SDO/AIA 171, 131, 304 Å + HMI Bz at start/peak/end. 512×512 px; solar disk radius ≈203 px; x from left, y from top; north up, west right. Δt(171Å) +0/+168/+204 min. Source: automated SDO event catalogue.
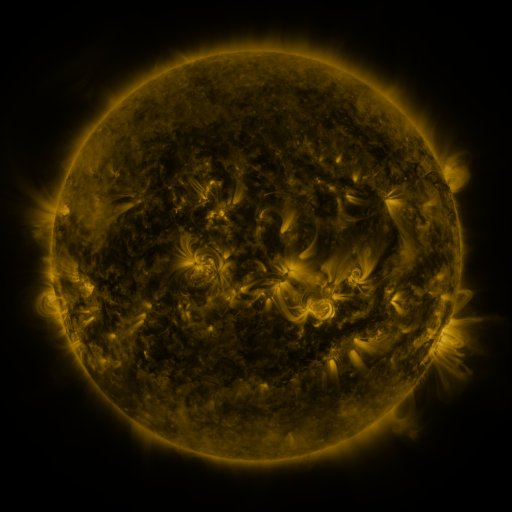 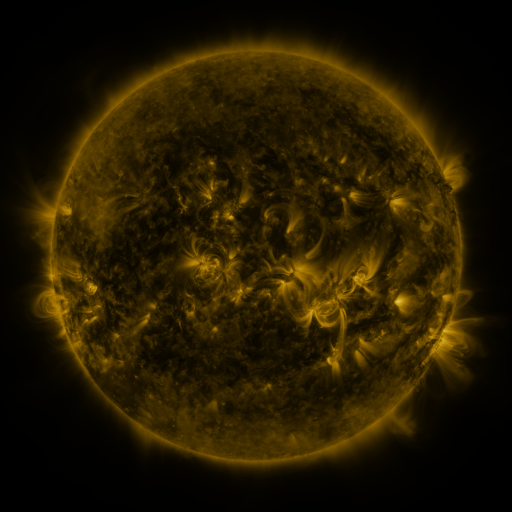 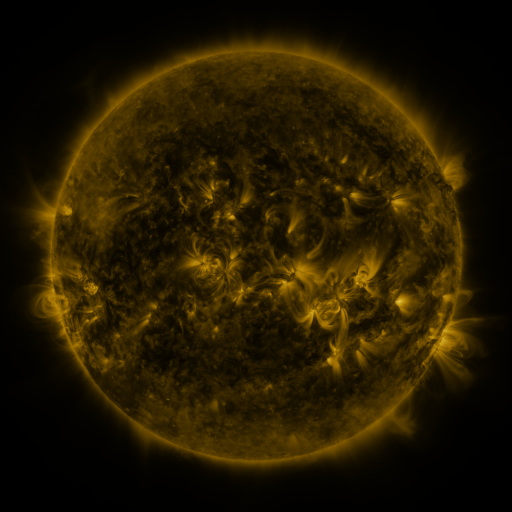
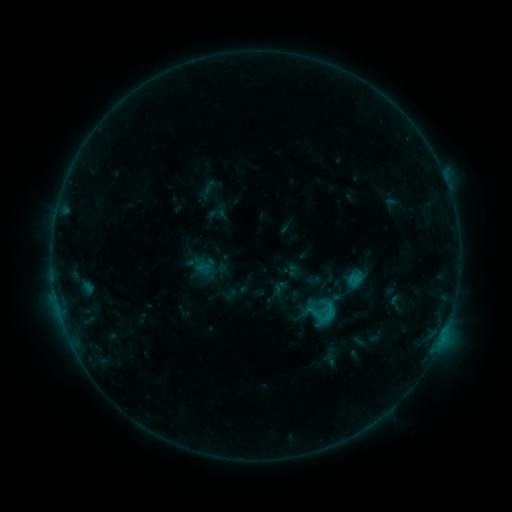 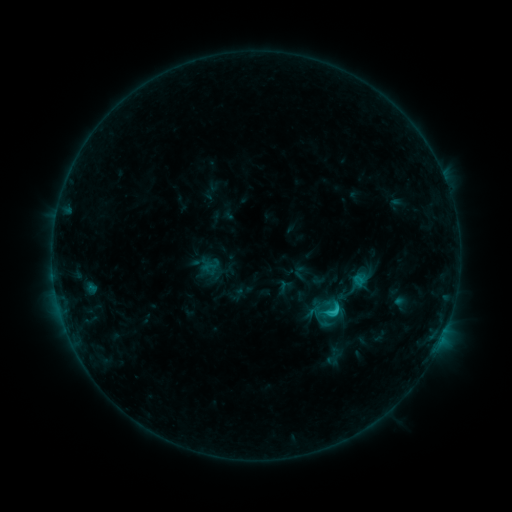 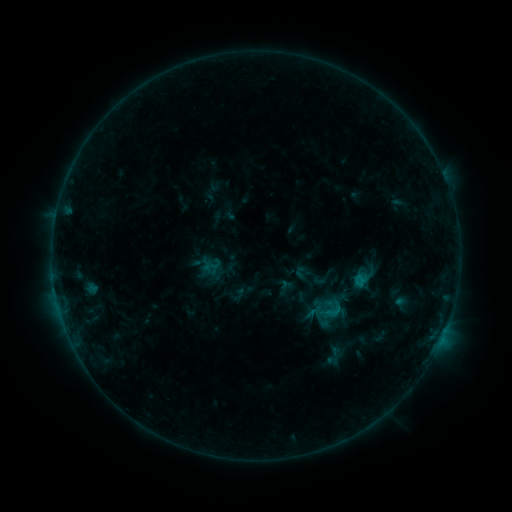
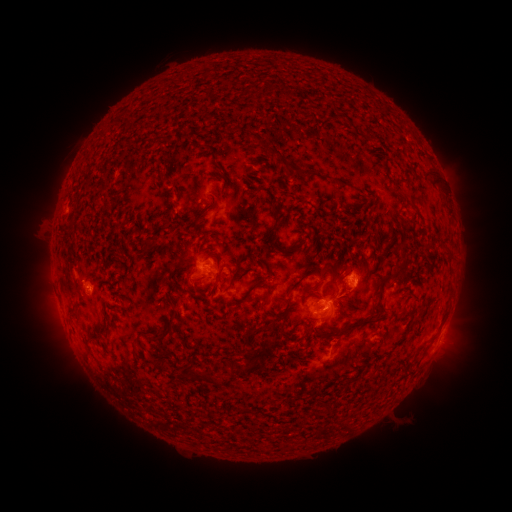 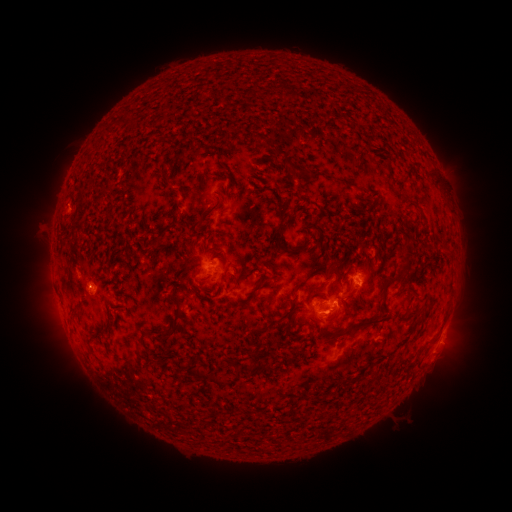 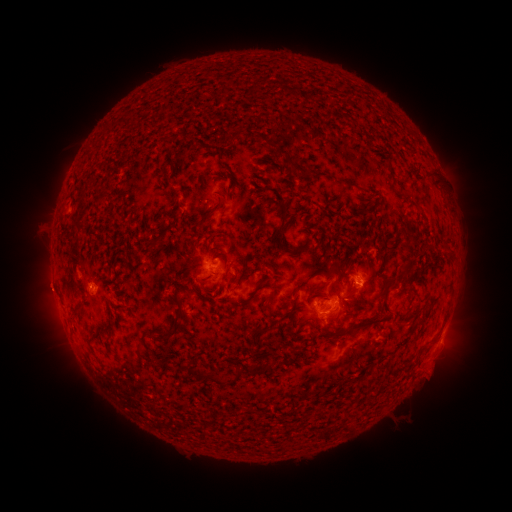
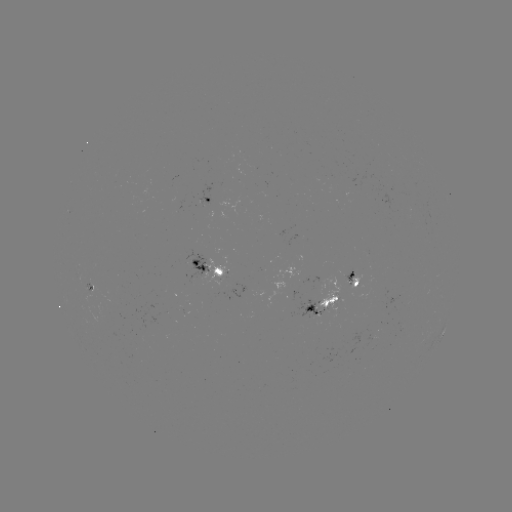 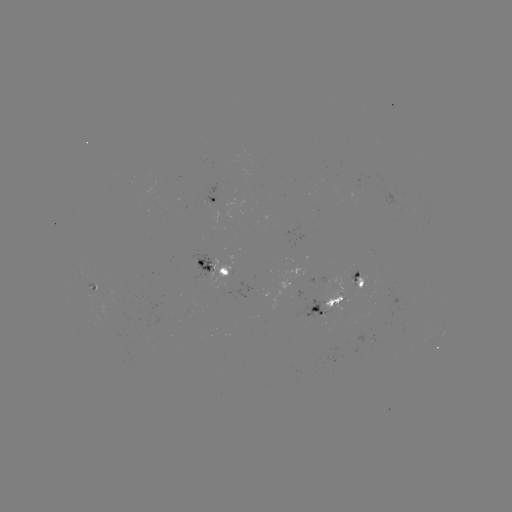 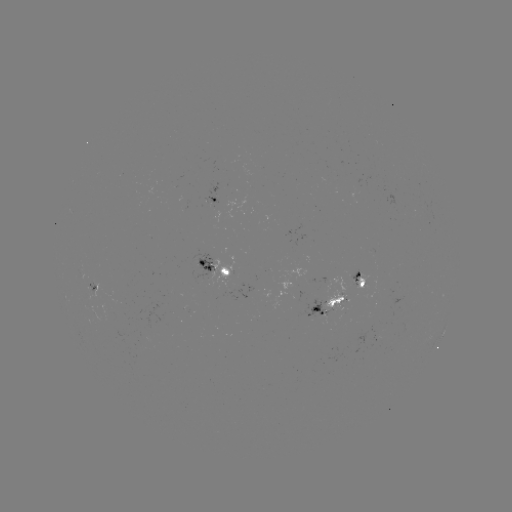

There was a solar emerging-flux region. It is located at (357, 283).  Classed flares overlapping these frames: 1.